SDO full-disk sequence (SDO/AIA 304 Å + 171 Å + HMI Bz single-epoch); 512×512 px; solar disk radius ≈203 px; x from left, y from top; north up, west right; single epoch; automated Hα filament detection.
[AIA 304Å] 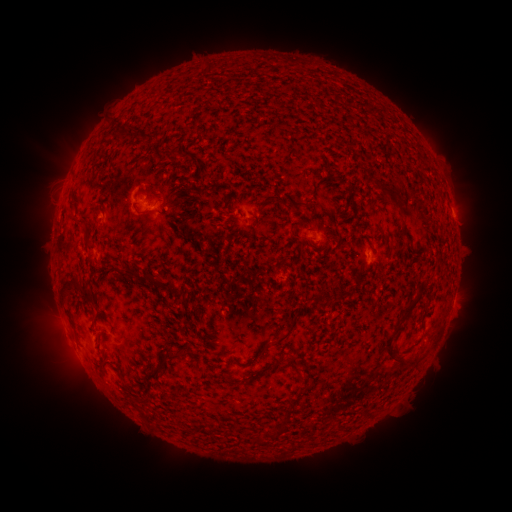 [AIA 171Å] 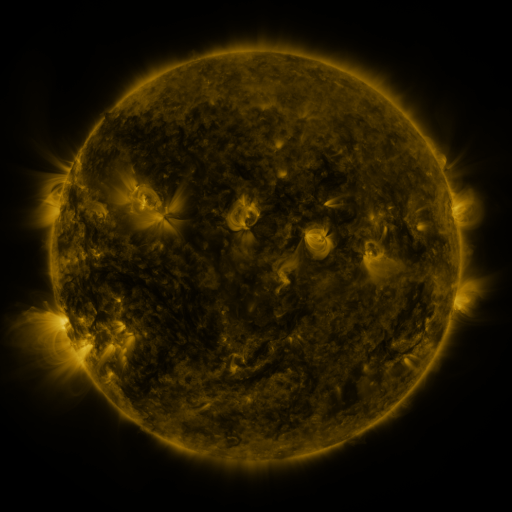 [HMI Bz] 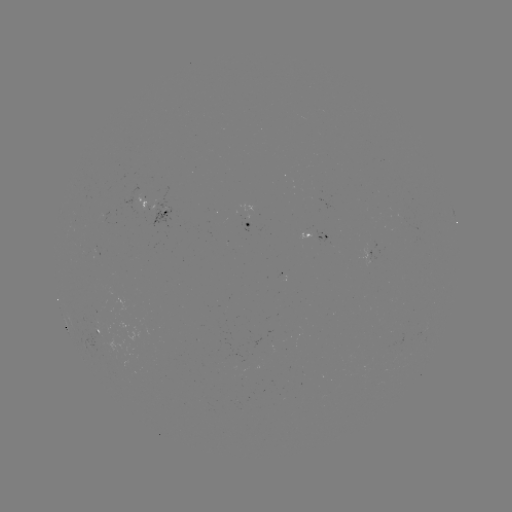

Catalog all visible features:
filament: <bbox>119, 122, 131, 135</bbox>
filament: <bbox>179, 150, 192, 159</bbox>
filament: <bbox>208, 184, 218, 193</bbox>
filament: <bbox>200, 185, 208, 197</bbox>
filament: <bbox>377, 186, 397, 204</bbox>
filament: <bbox>224, 193, 231, 204</bbox>
filament: <bbox>263, 195, 272, 205</bbox>
filament: <bbox>293, 199, 305, 215</bbox>
filament: <bbox>134, 203, 156, 214</bbox>
filament: <bbox>70, 214, 87, 223</bbox>
filament: <bbox>401, 230, 409, 239</bbox>
filament: <bbox>85, 234, 93, 246</bbox>
filament: <bbox>122, 266, 181, 294</bbox>
filament: <bbox>60, 273, 92, 299</bbox>
filament: <bbox>400, 300, 416, 318</bbox>
filament: <bbox>273, 317, 298, 344</bbox>
filament: <bbox>382, 322, 402, 363</bbox>
filament: <bbox>156, 349, 177, 368</bbox>
filament: <bbox>287, 357, 298, 372</bbox>
filament: <bbox>126, 395, 136, 406</bbox>
